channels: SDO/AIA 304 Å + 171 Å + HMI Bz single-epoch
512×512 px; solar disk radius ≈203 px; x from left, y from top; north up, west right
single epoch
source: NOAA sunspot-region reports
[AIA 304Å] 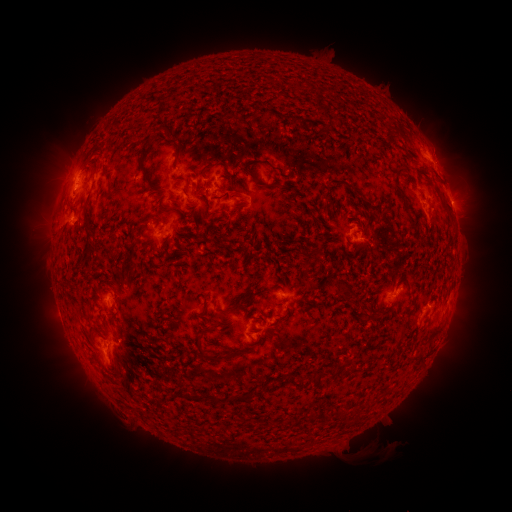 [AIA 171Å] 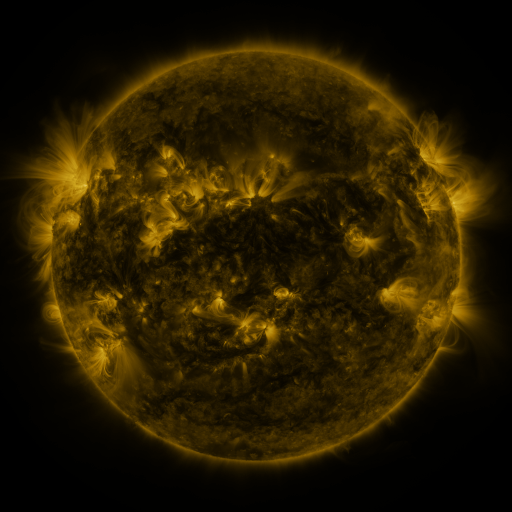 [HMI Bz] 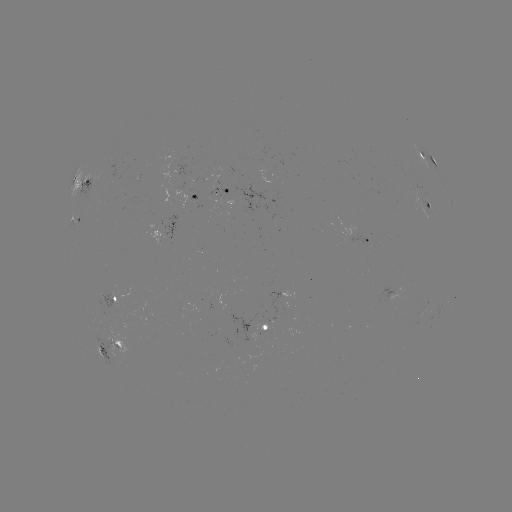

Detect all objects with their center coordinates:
spotted active region: (429, 157)
spotted active region: (181, 174)
spotted active region: (88, 180)
spotted active region: (225, 190)
spotted active region: (197, 197)
spotted active region: (449, 198)
spotted active region: (429, 204)
spotted active region: (76, 218)
spotted active region: (166, 226)
spotted active region: (367, 237)
spotted active region: (396, 292)
spotted active region: (114, 299)
spotted active region: (268, 330)
spotted active region: (111, 347)
